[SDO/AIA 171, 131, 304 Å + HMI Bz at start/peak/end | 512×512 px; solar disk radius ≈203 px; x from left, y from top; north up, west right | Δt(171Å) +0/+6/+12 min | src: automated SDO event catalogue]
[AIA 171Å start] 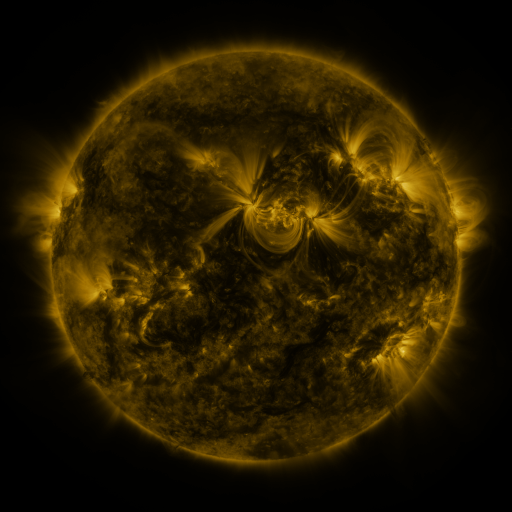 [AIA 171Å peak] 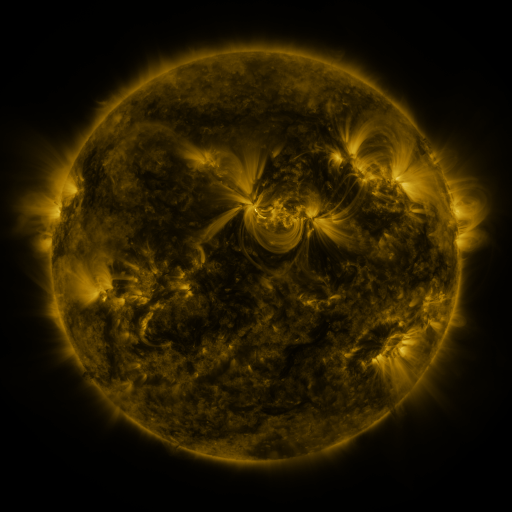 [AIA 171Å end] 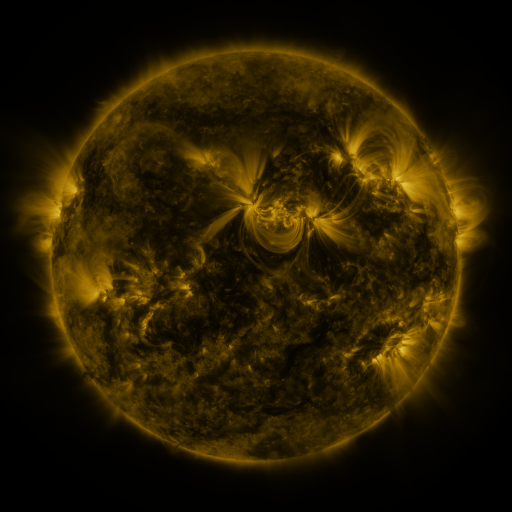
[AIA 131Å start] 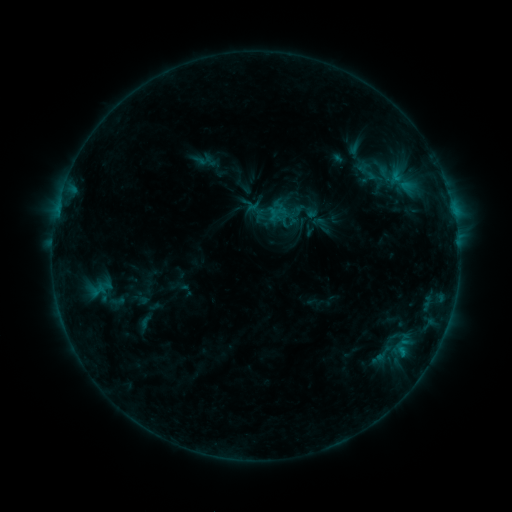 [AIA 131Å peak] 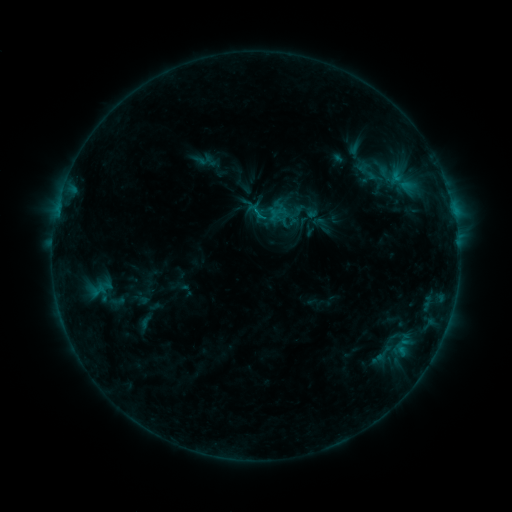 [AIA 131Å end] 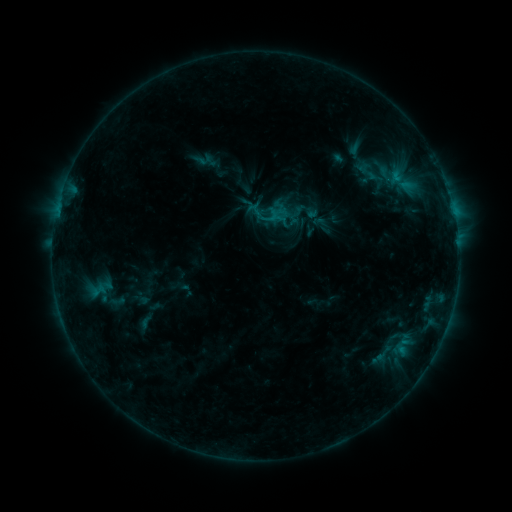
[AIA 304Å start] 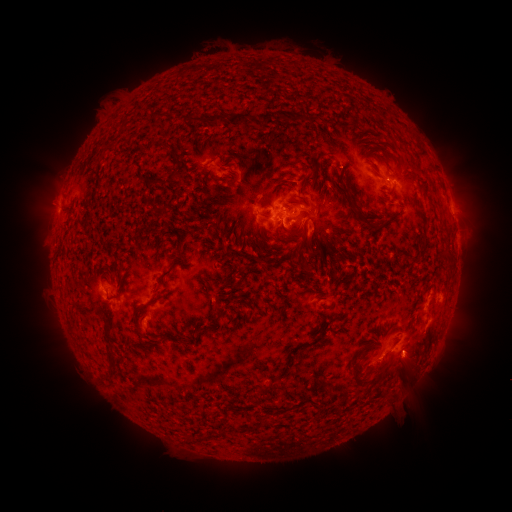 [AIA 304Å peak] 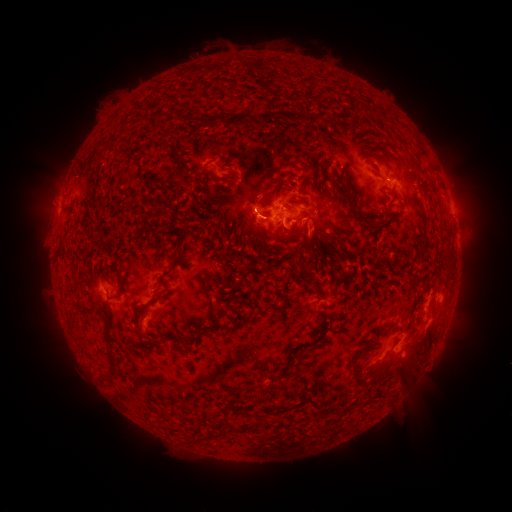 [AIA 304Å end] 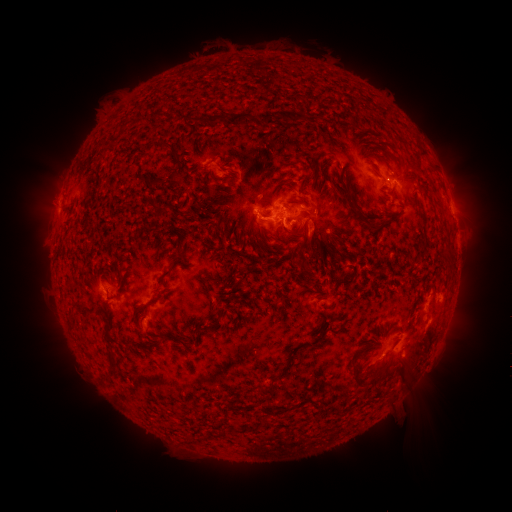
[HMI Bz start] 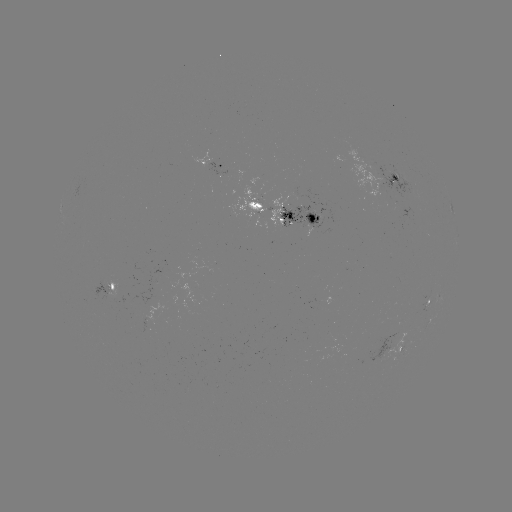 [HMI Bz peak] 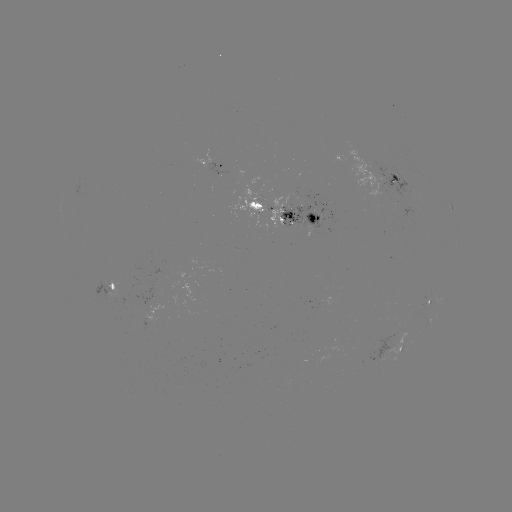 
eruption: [211, 179, 286, 254]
